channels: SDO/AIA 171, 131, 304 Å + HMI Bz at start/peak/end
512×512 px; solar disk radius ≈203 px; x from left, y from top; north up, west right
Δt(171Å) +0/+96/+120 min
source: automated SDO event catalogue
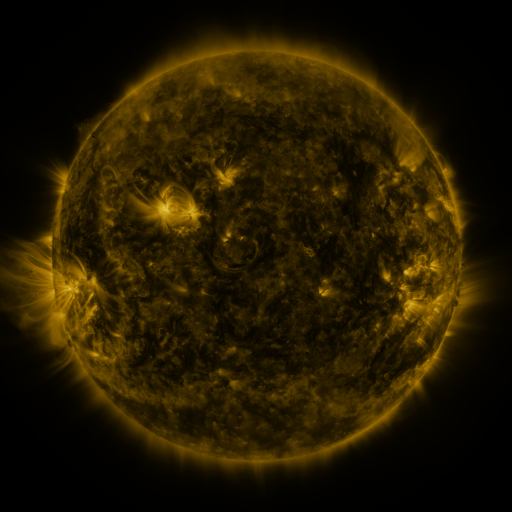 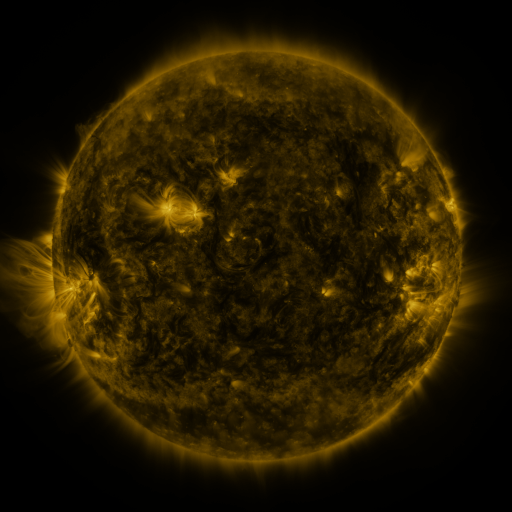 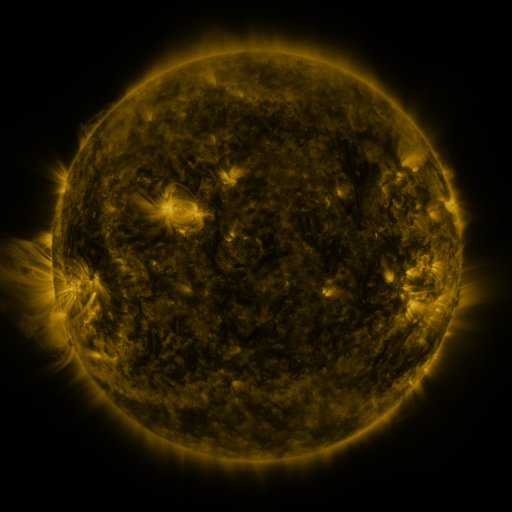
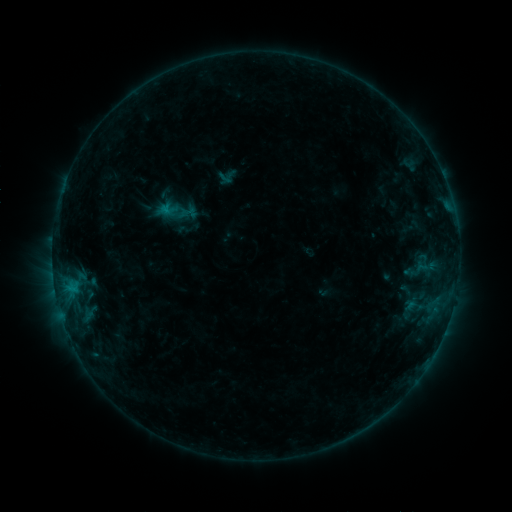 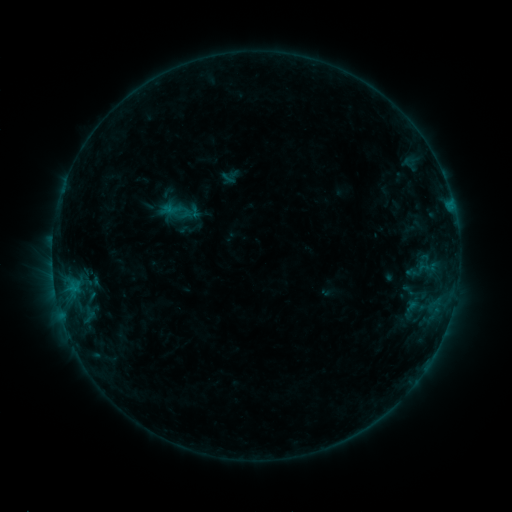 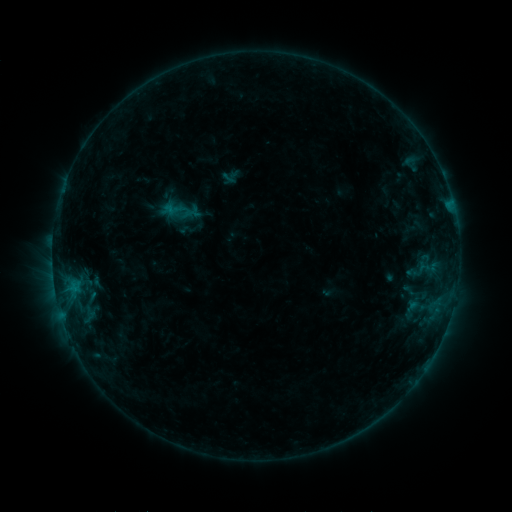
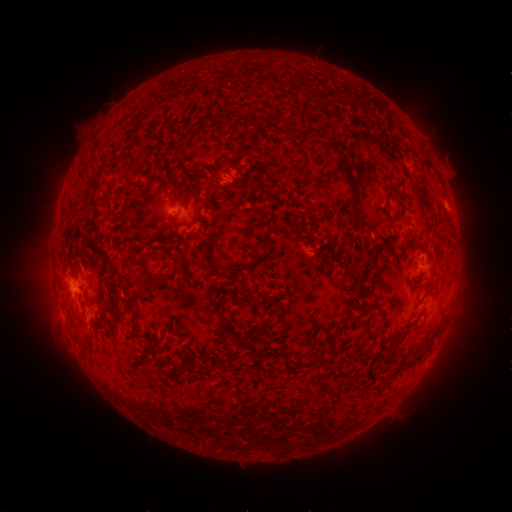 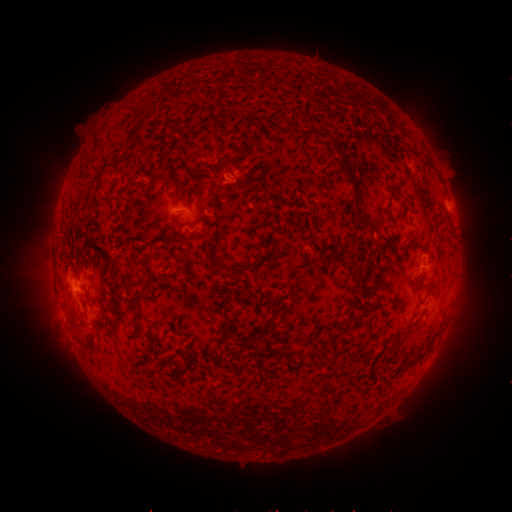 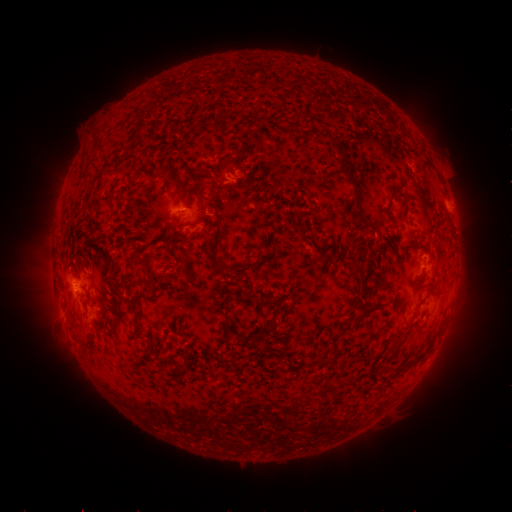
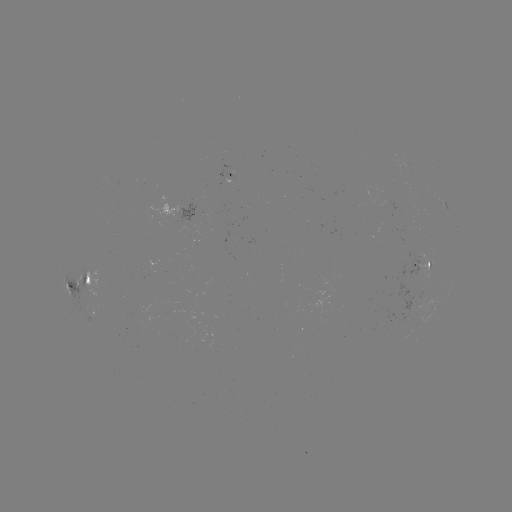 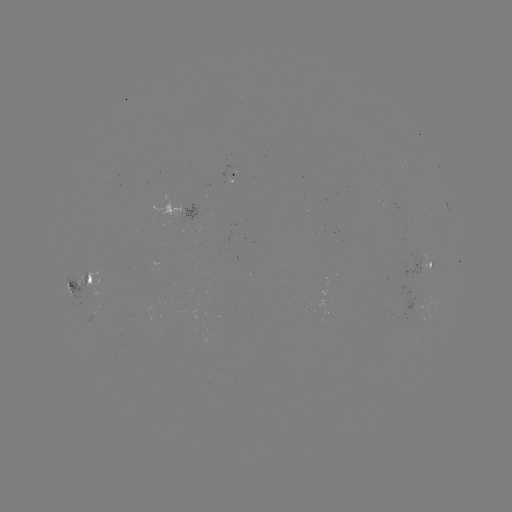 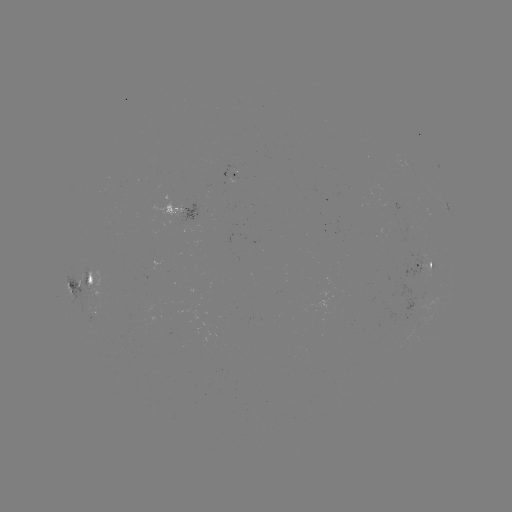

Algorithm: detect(emerging-flux region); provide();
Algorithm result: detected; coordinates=83,273